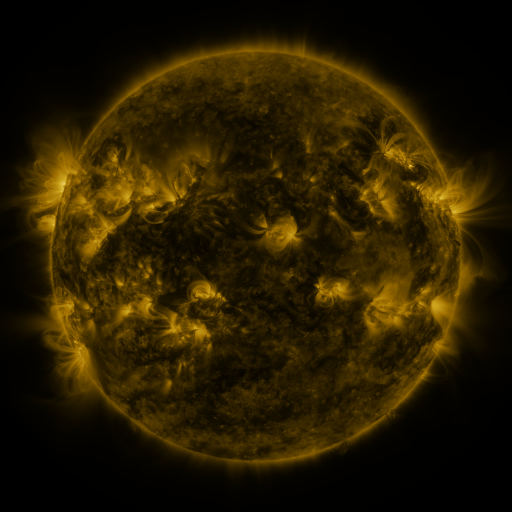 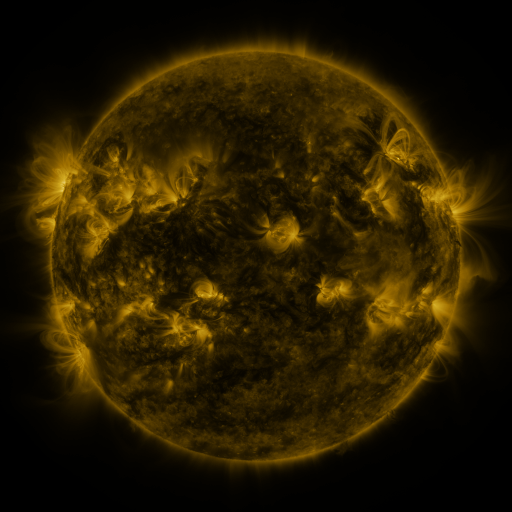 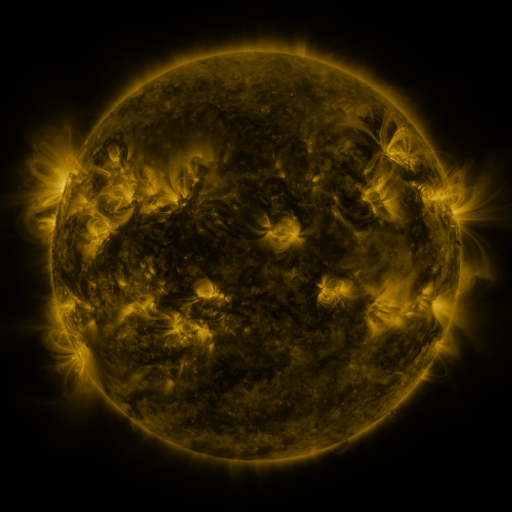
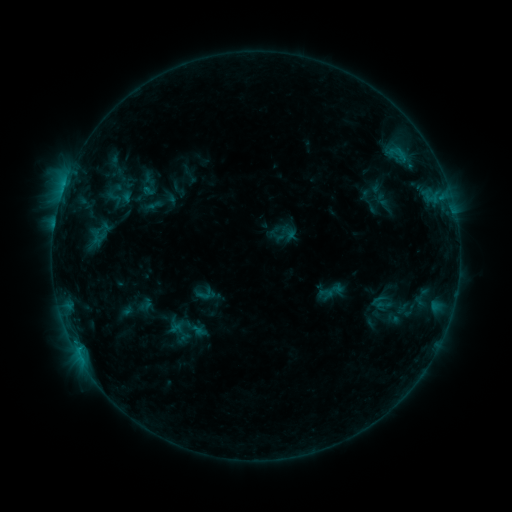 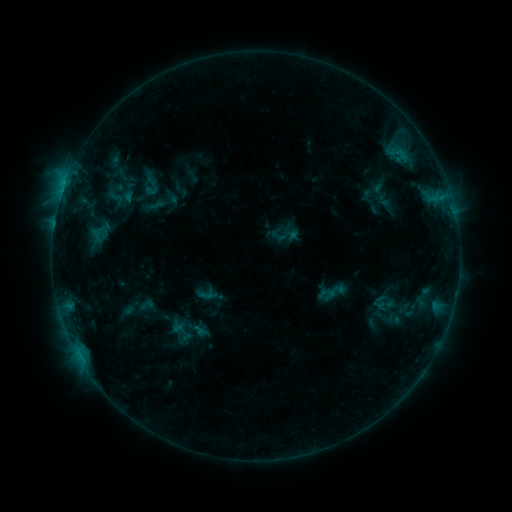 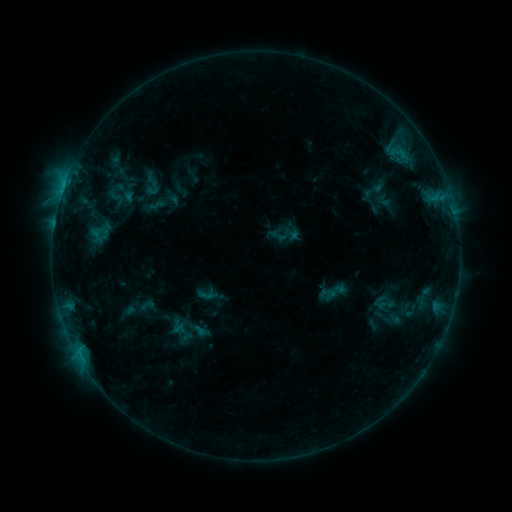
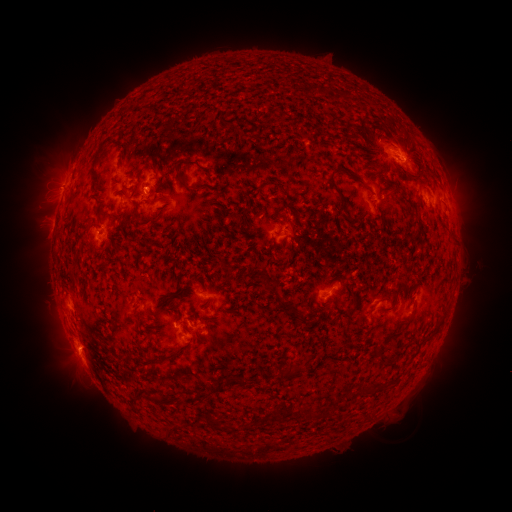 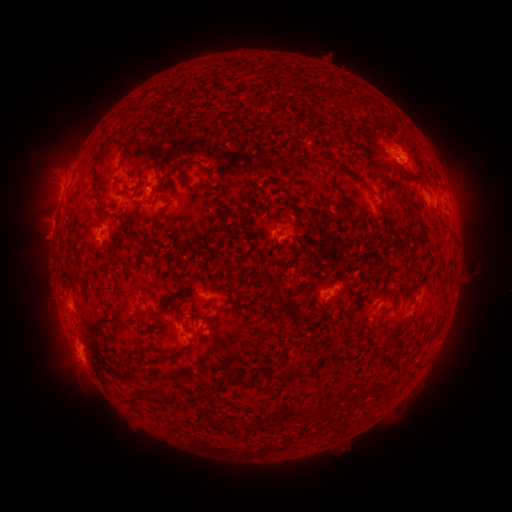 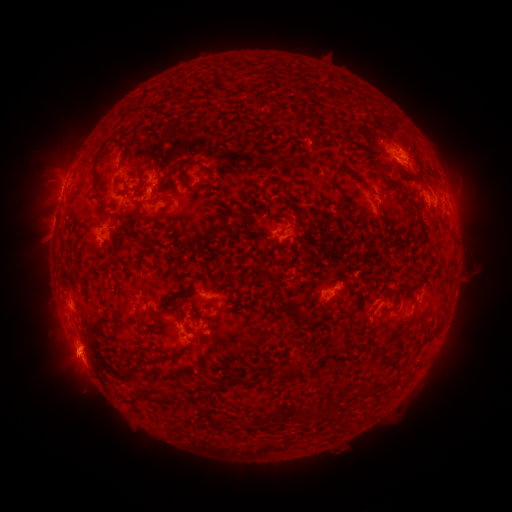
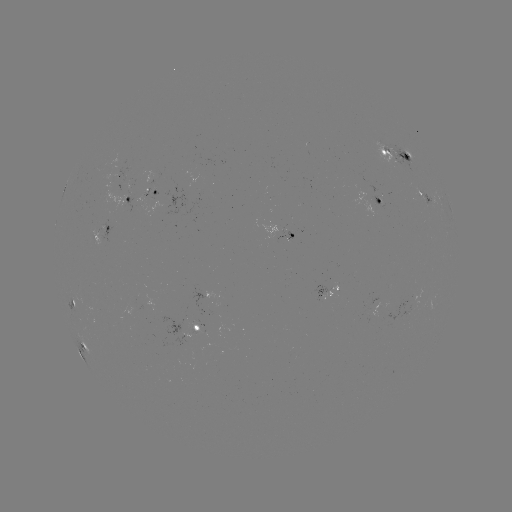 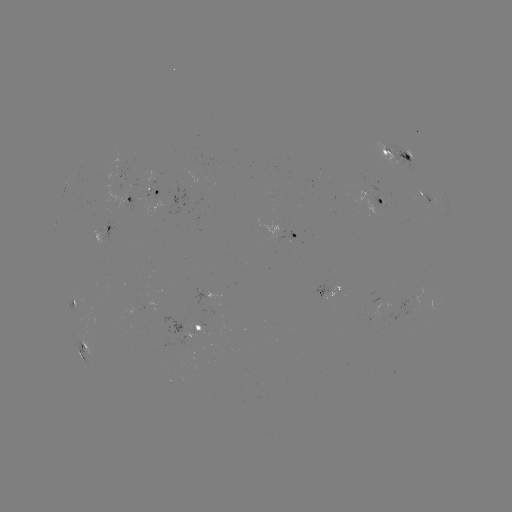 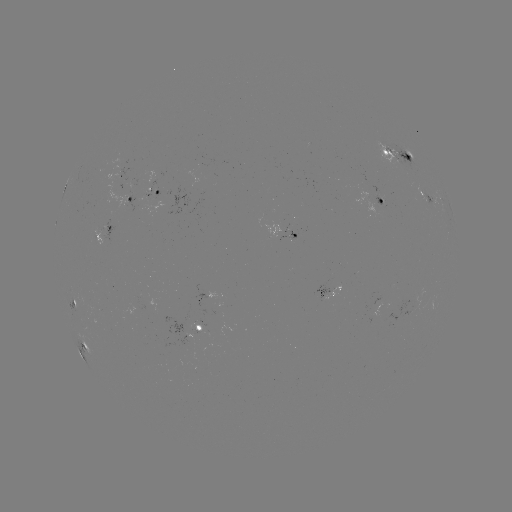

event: emerging-flux region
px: (371, 205)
